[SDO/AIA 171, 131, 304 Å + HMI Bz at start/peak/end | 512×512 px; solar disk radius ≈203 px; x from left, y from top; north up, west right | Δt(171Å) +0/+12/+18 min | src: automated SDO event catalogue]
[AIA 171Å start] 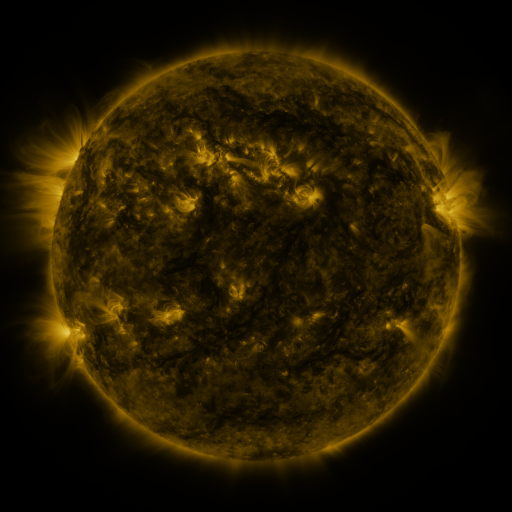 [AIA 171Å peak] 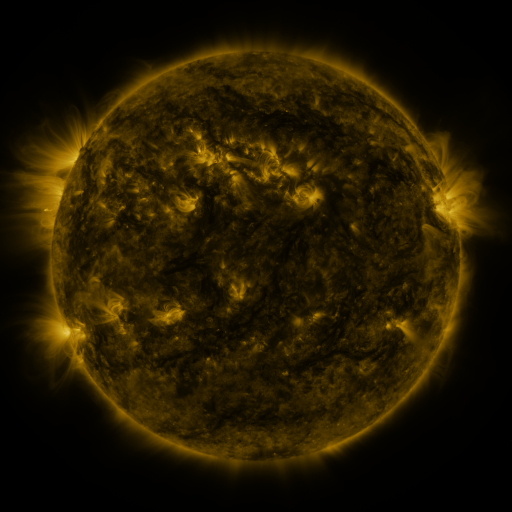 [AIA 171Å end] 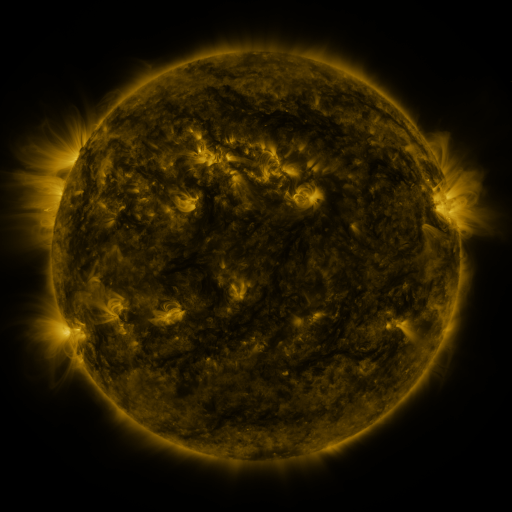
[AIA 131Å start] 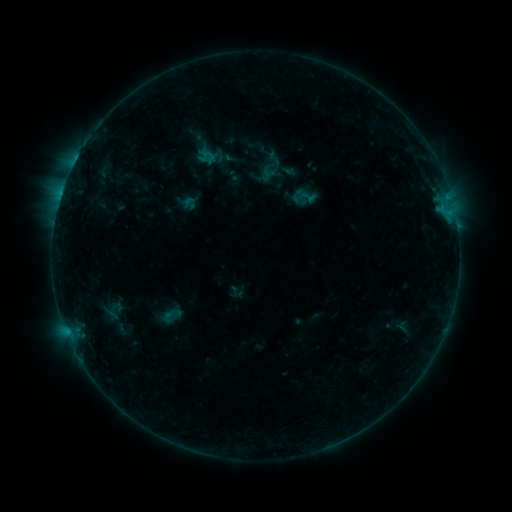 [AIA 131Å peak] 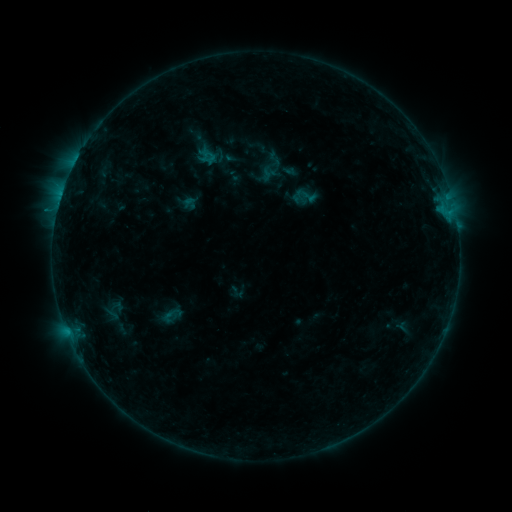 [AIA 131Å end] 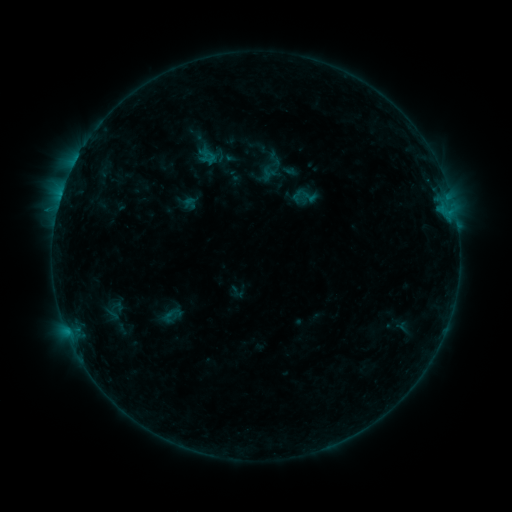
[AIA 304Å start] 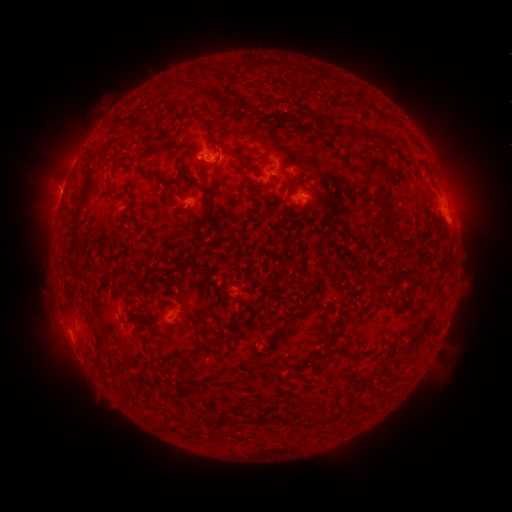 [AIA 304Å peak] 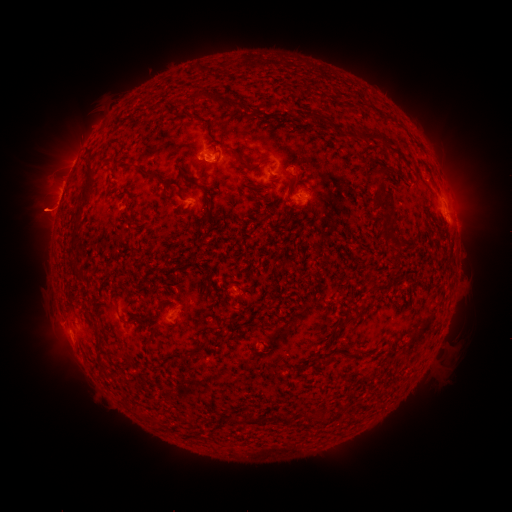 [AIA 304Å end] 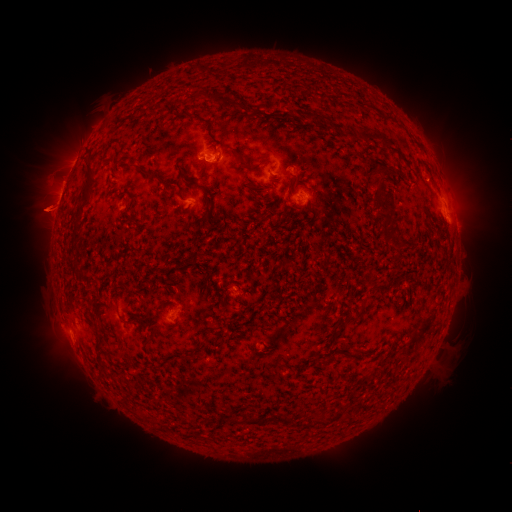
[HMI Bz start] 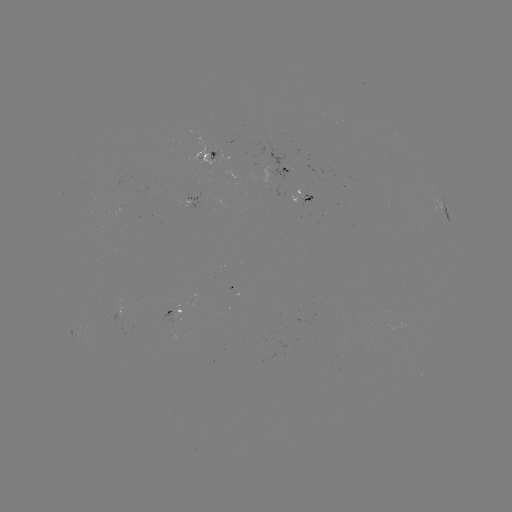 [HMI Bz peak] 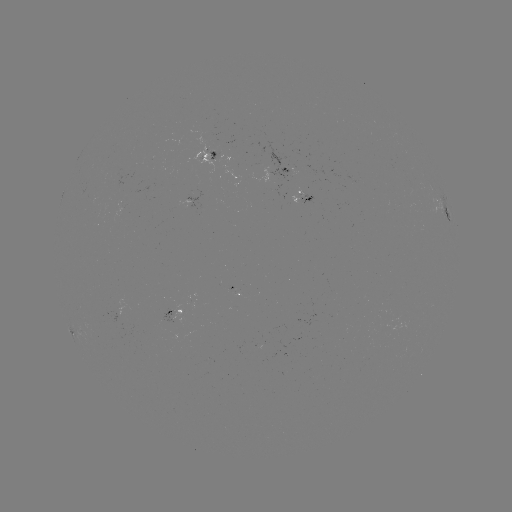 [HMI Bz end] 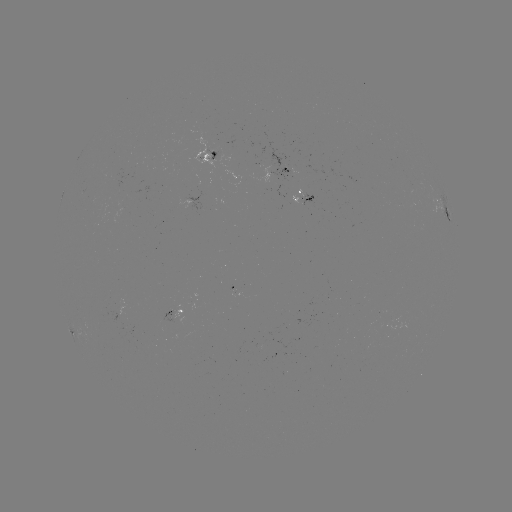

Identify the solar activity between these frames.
eruption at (47, 212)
